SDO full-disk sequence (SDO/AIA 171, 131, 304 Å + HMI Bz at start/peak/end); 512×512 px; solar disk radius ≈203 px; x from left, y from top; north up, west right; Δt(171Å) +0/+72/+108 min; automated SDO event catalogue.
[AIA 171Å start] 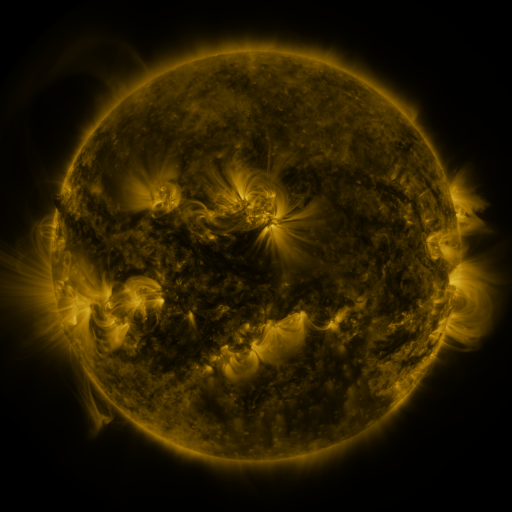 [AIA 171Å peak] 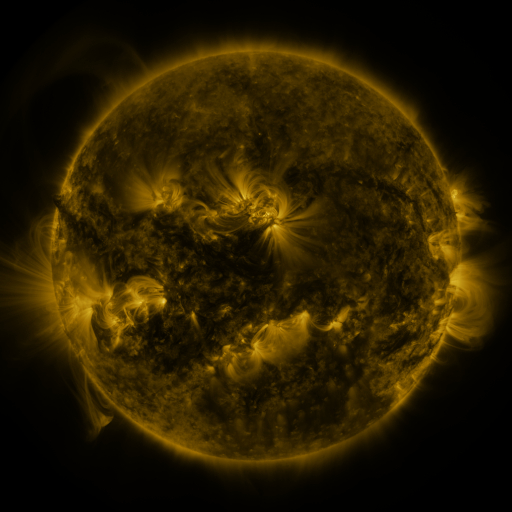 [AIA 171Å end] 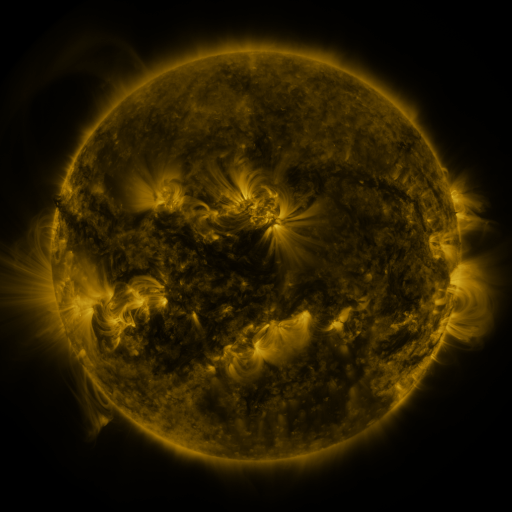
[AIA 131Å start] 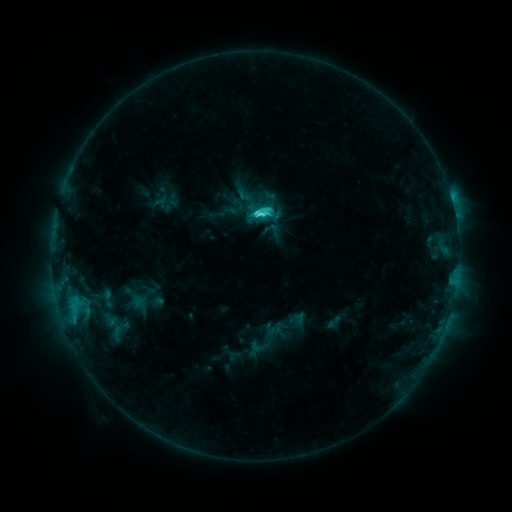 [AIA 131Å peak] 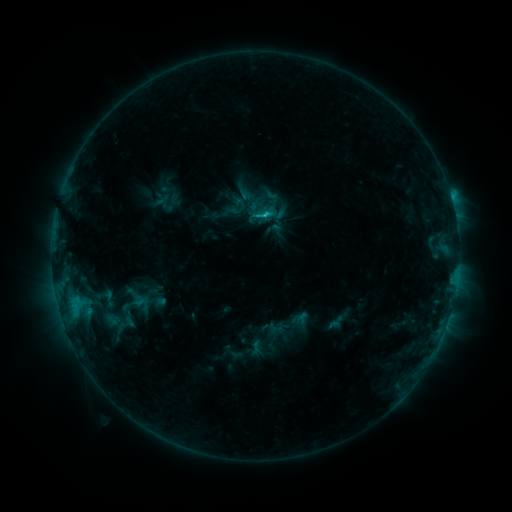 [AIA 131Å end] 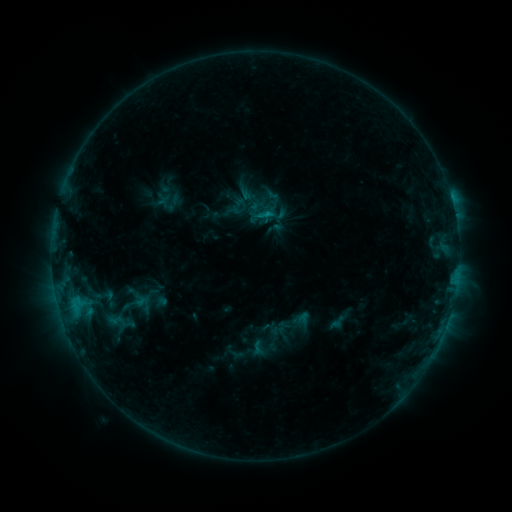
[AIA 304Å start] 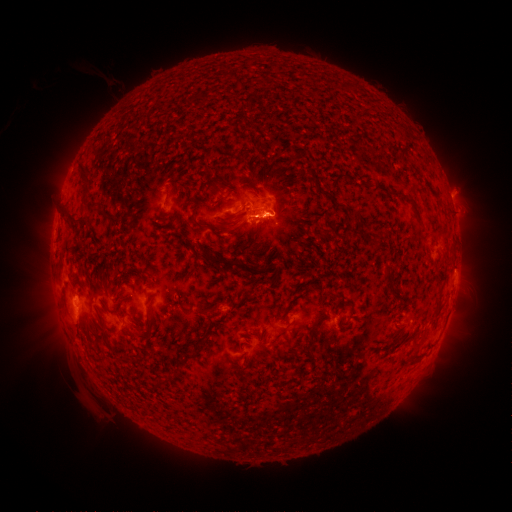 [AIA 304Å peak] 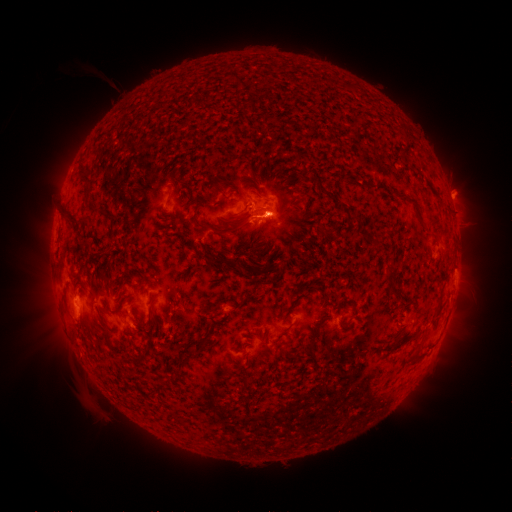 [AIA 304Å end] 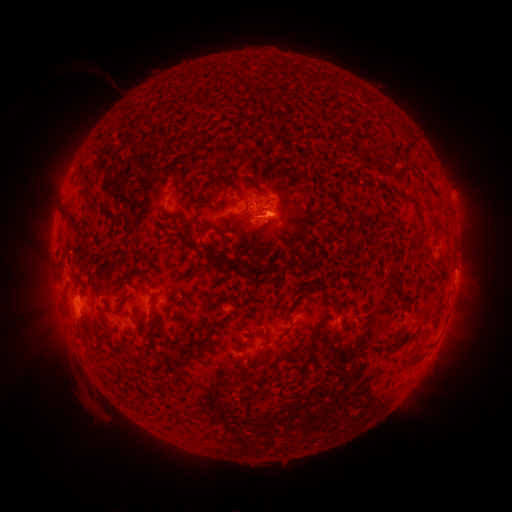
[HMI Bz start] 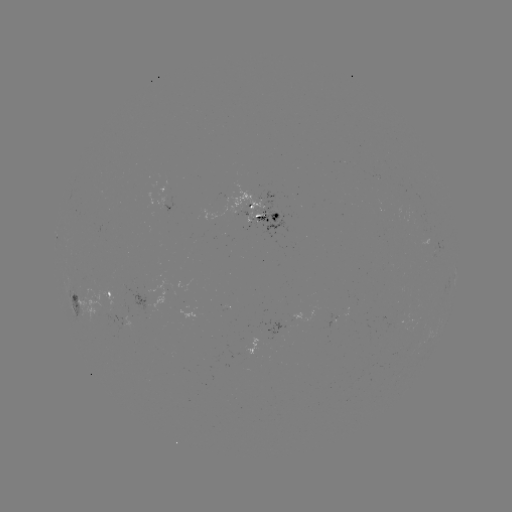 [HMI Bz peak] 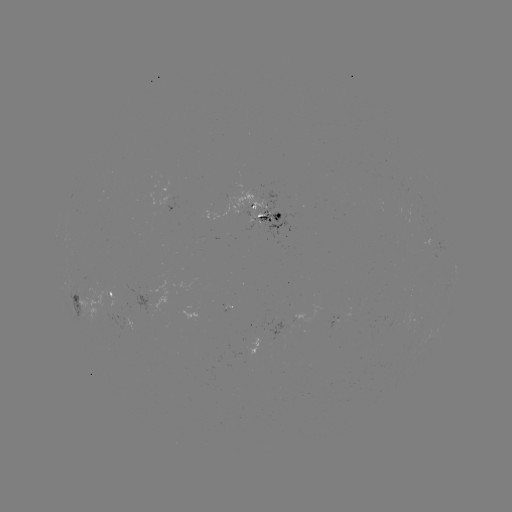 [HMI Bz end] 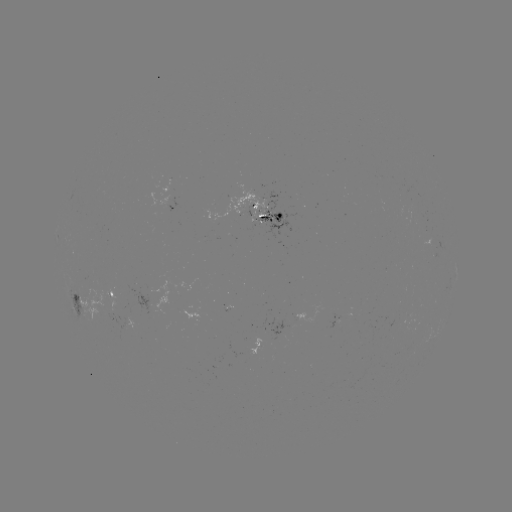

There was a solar emerging-flux region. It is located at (299, 315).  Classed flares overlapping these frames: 1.